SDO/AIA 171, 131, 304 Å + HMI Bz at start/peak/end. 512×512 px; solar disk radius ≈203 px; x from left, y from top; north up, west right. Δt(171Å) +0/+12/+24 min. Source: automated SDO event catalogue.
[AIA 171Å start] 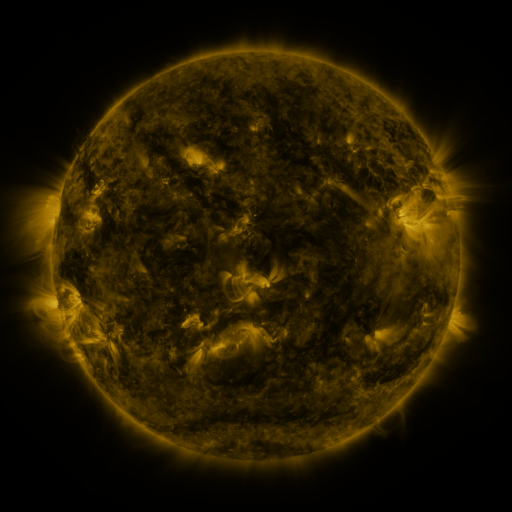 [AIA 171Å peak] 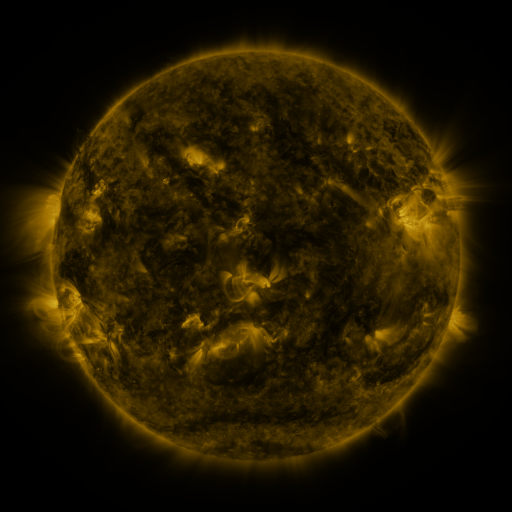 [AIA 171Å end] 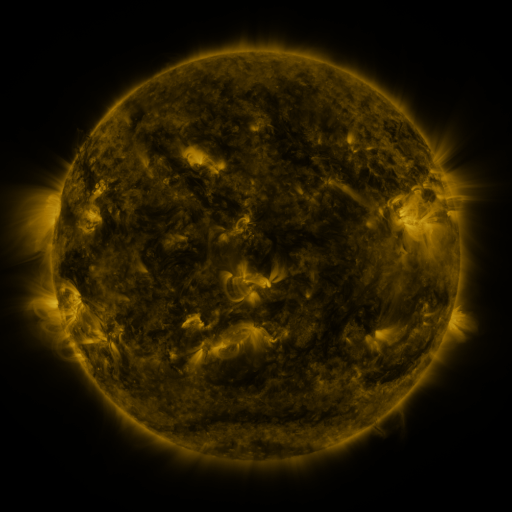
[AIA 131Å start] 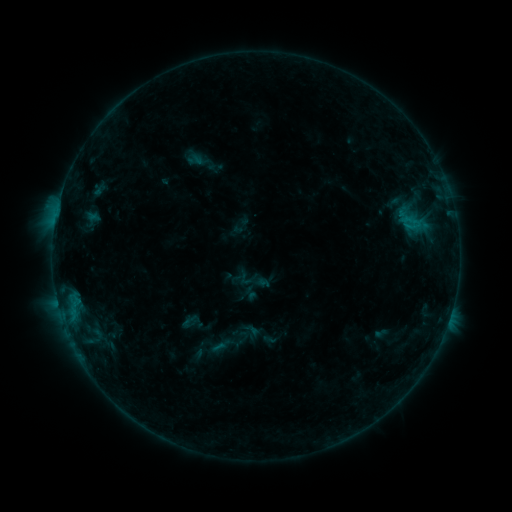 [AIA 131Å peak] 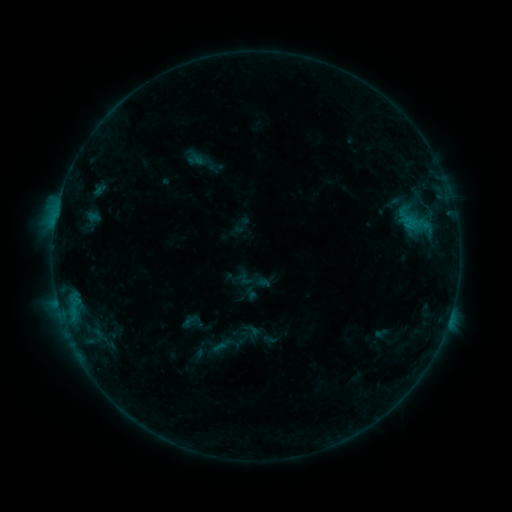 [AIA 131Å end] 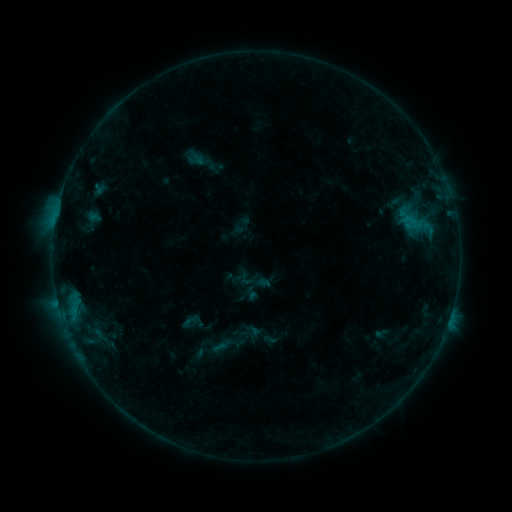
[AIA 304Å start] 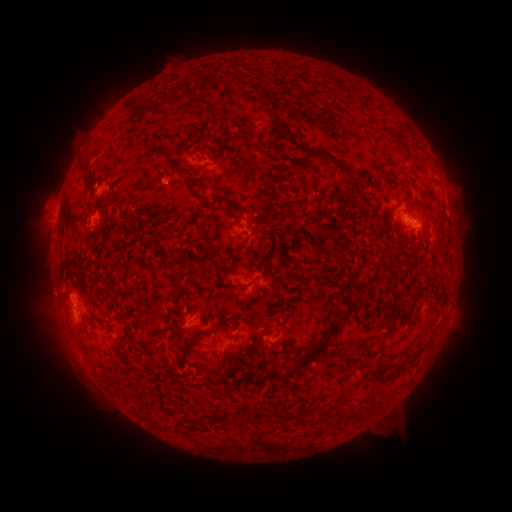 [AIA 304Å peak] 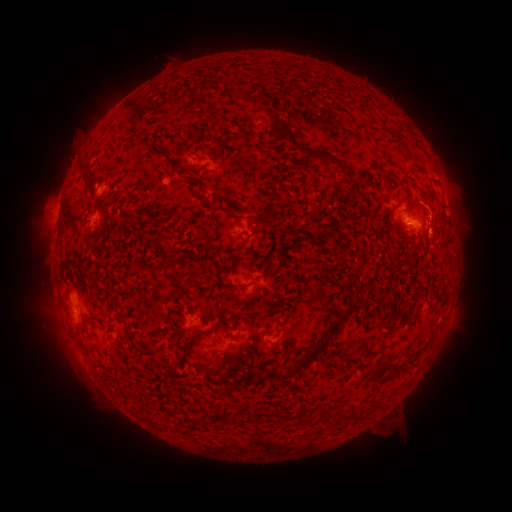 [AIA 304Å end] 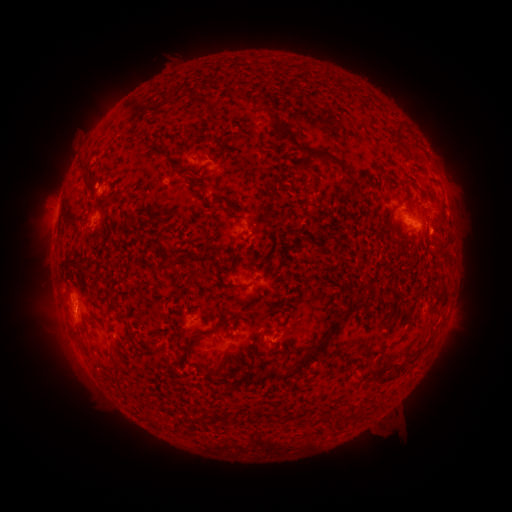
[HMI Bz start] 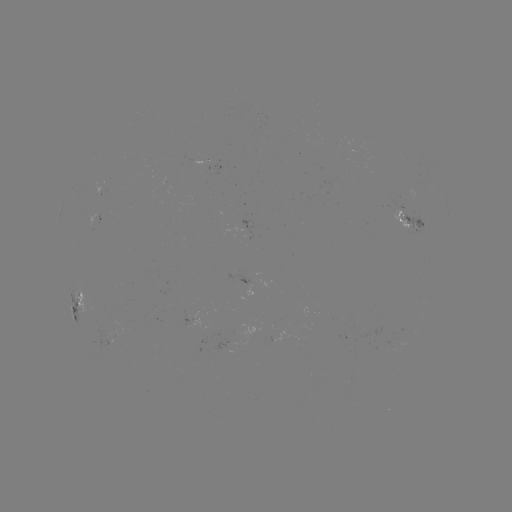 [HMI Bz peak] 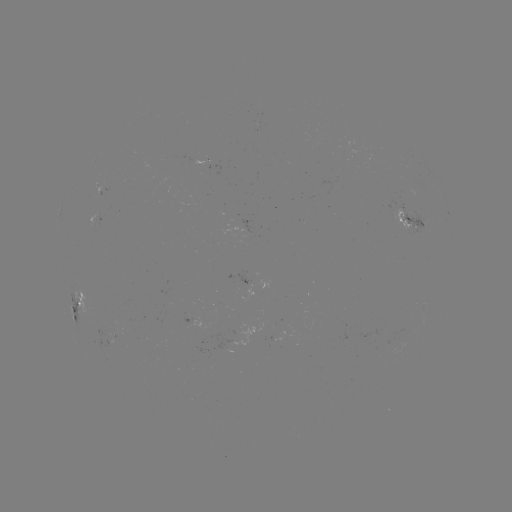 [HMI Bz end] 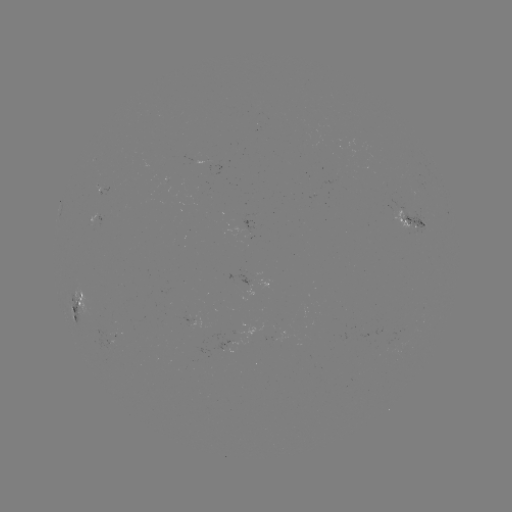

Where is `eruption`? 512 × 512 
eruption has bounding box [416, 191, 468, 267].